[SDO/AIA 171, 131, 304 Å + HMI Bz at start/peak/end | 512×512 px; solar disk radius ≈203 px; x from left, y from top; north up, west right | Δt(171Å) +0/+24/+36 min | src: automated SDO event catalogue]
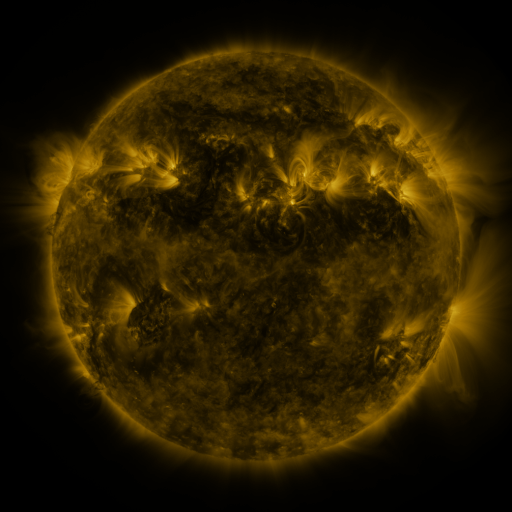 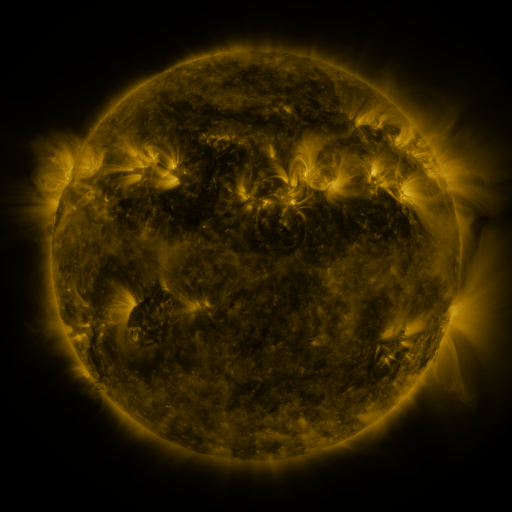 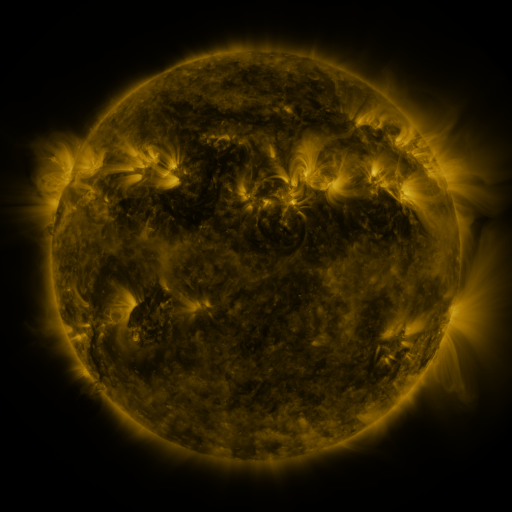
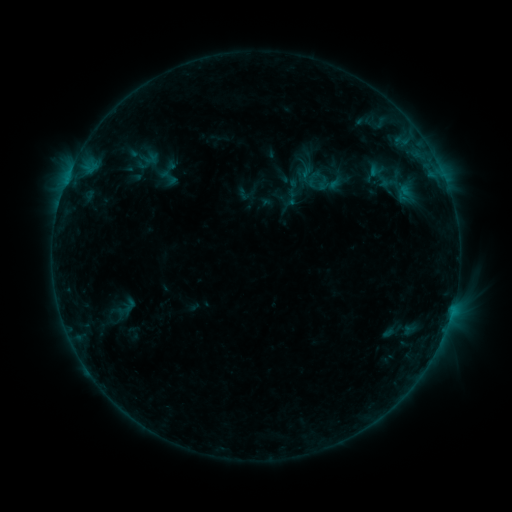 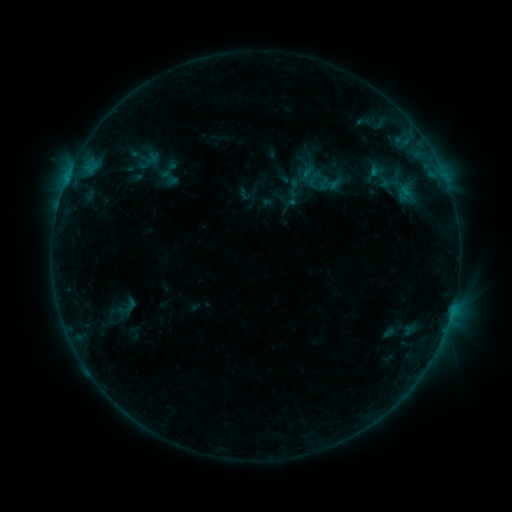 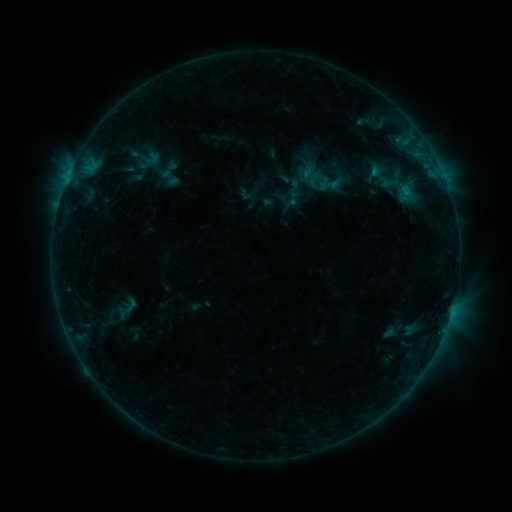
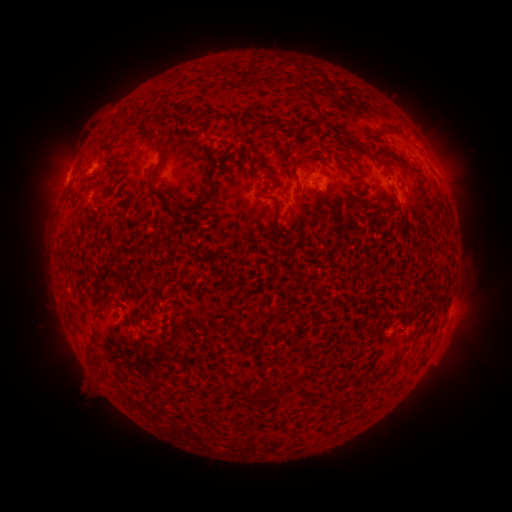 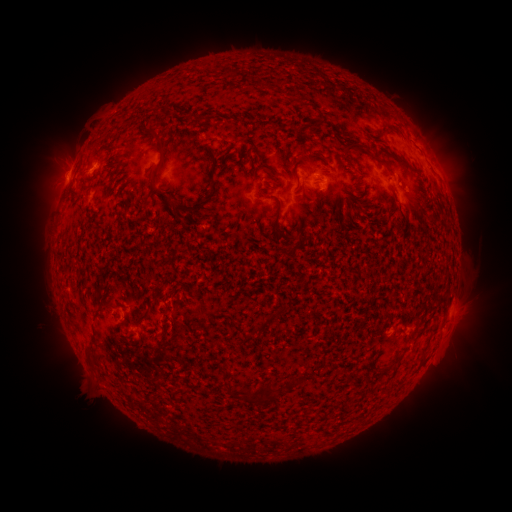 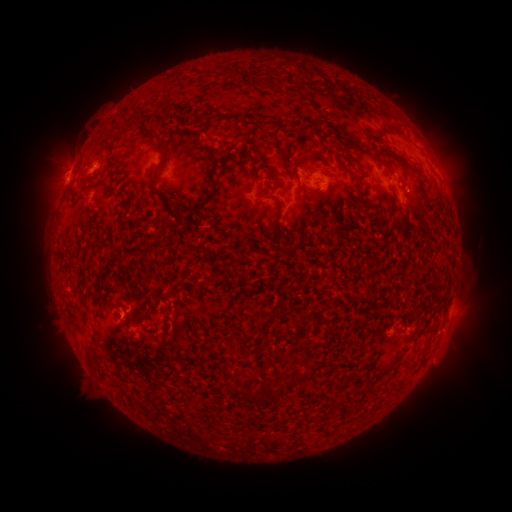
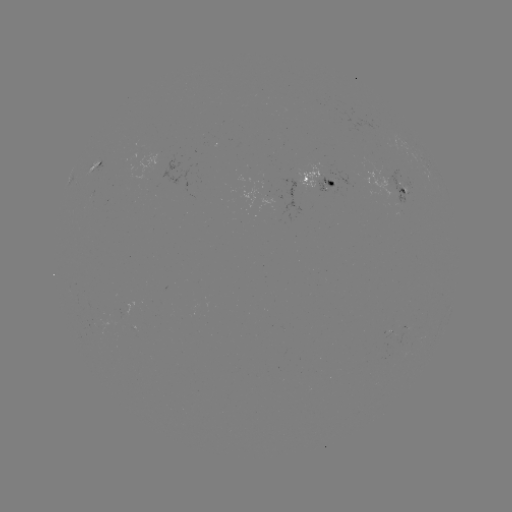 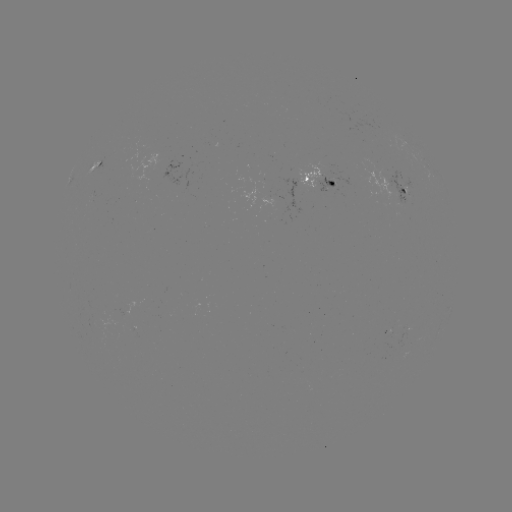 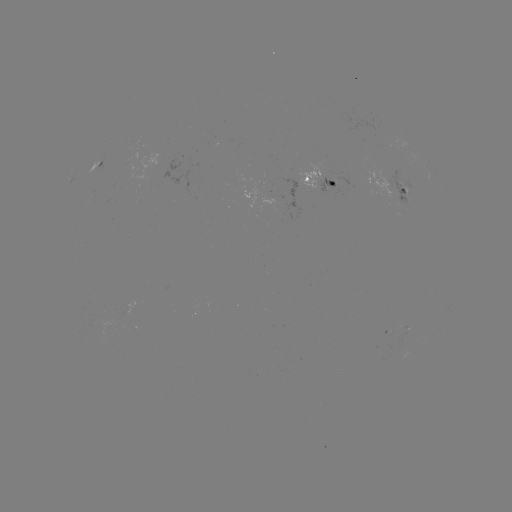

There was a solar emerging-flux region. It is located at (408, 191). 